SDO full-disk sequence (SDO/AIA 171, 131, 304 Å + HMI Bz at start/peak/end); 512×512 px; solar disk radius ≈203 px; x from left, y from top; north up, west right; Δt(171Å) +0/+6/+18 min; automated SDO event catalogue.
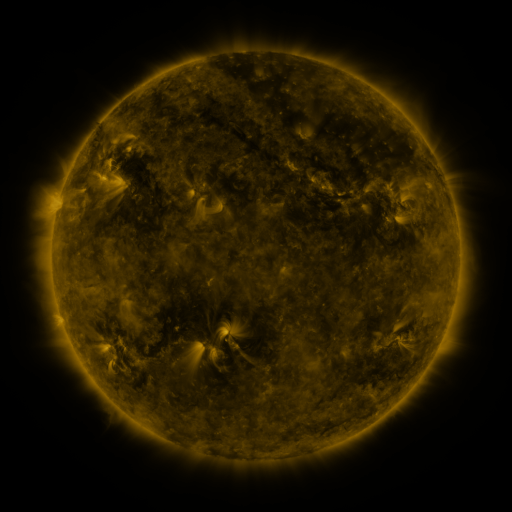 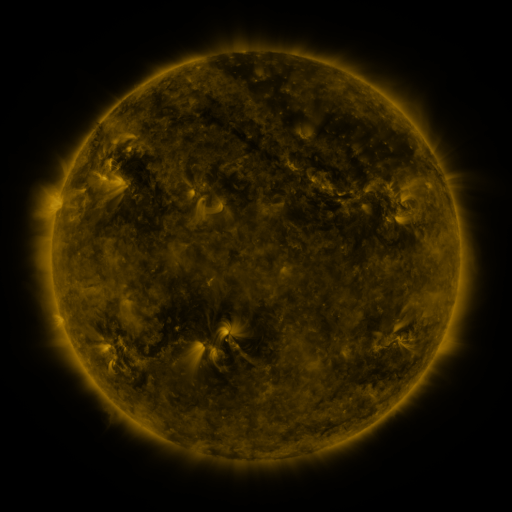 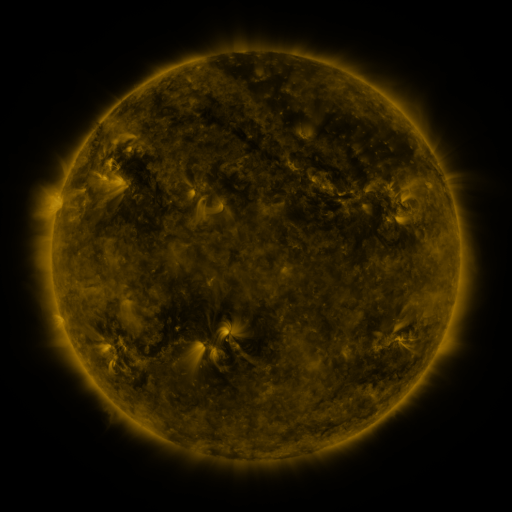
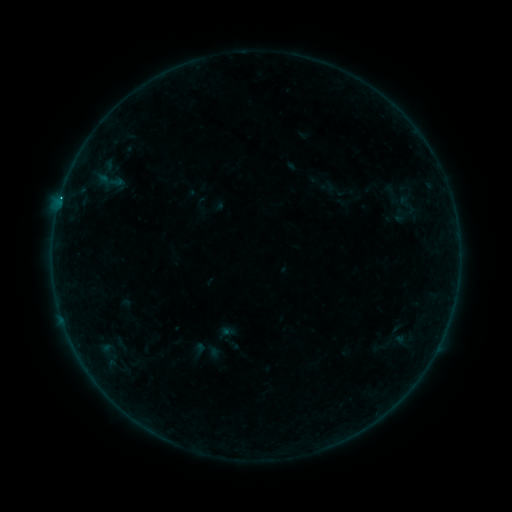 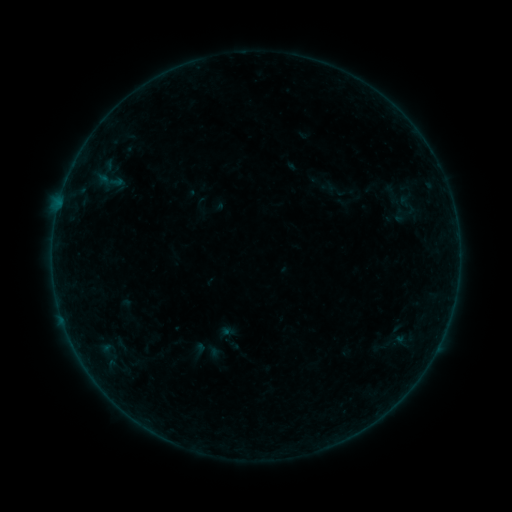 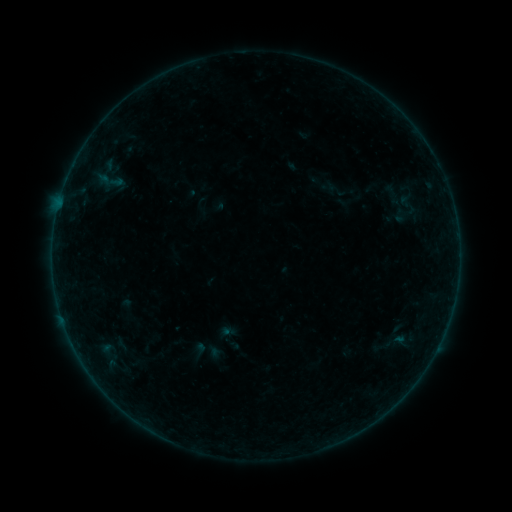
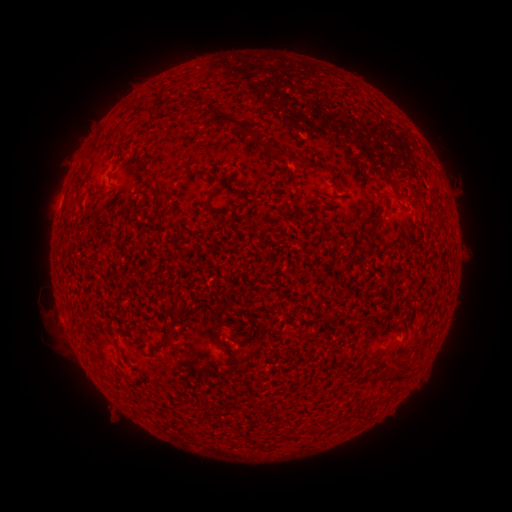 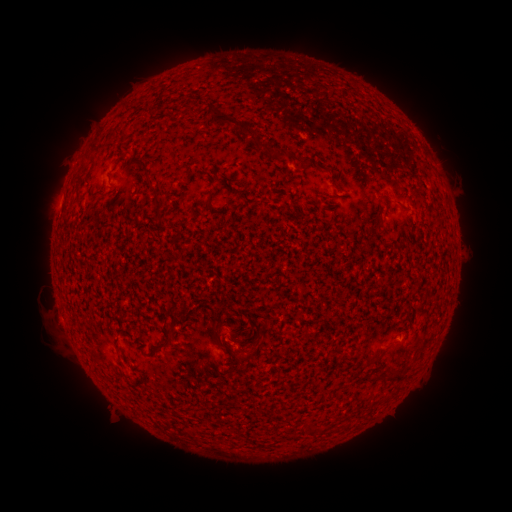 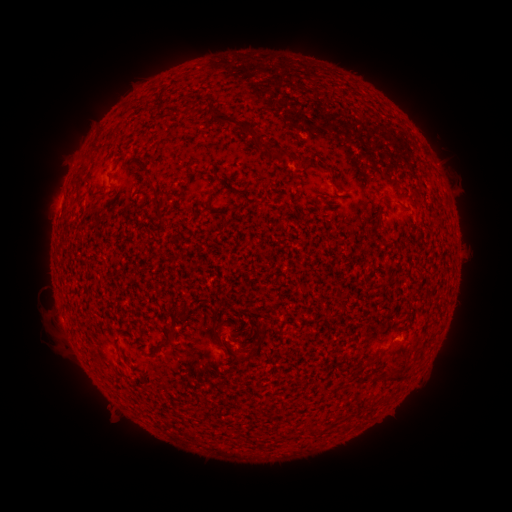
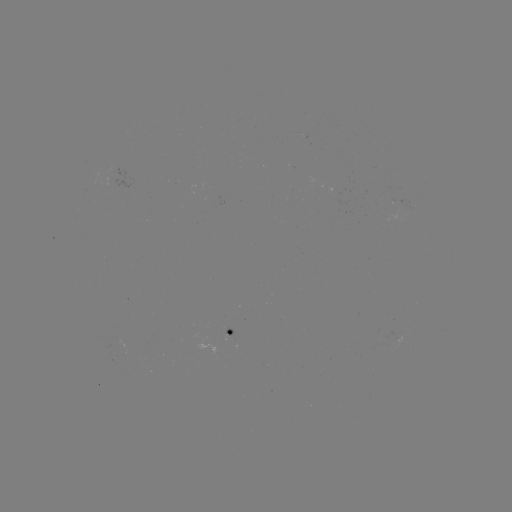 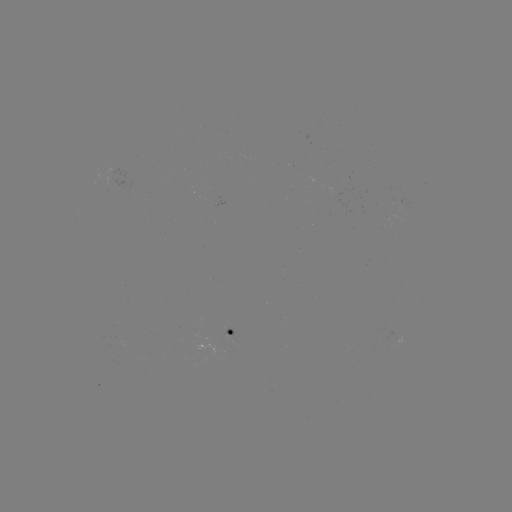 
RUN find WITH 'B1.0 flare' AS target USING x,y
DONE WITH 396,338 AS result